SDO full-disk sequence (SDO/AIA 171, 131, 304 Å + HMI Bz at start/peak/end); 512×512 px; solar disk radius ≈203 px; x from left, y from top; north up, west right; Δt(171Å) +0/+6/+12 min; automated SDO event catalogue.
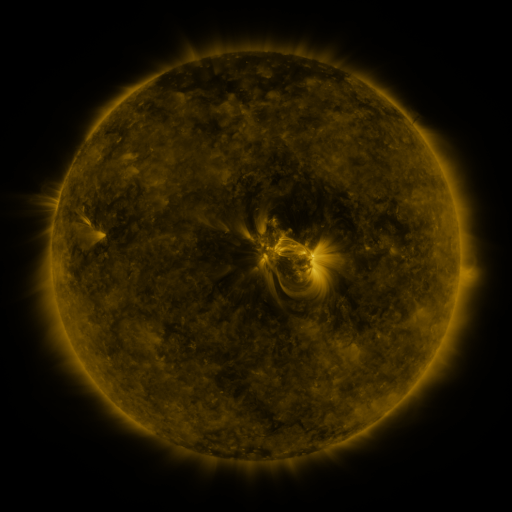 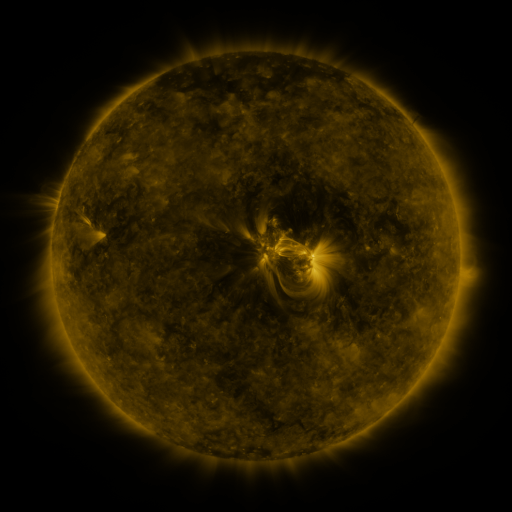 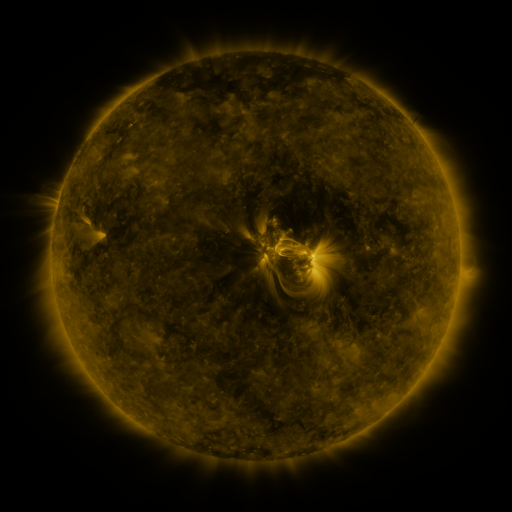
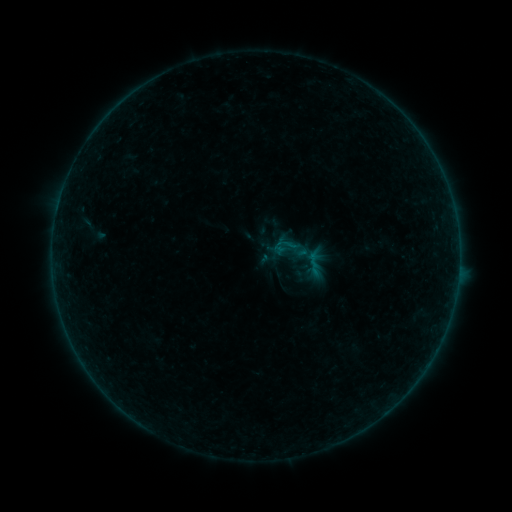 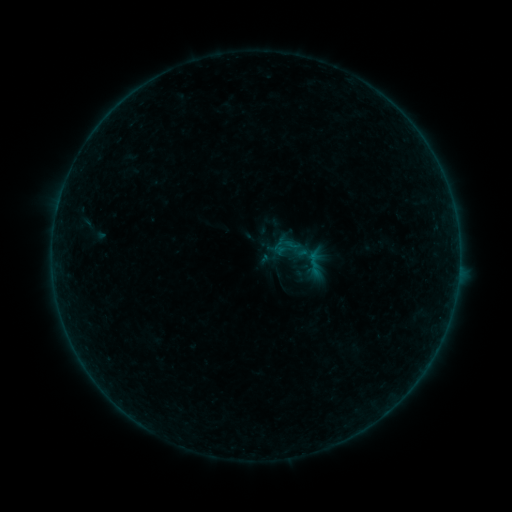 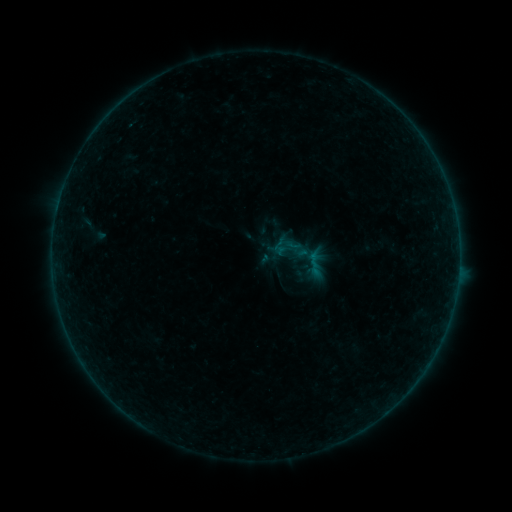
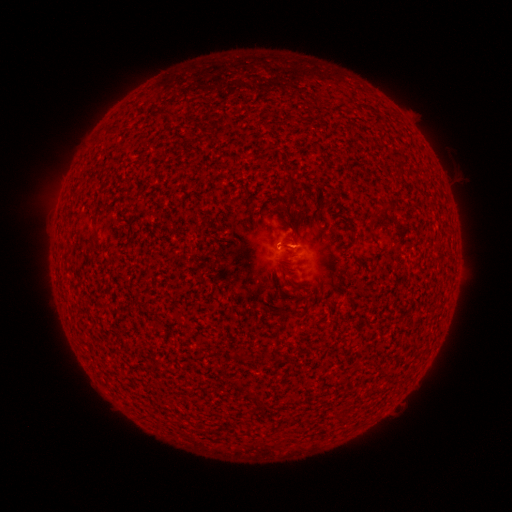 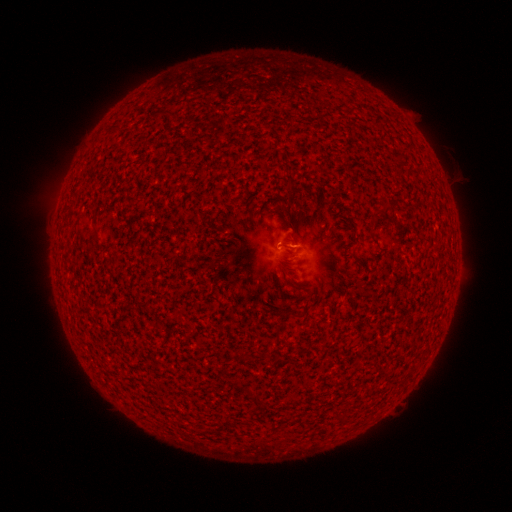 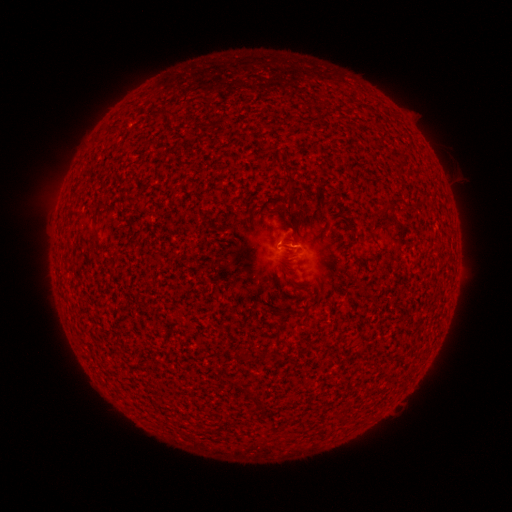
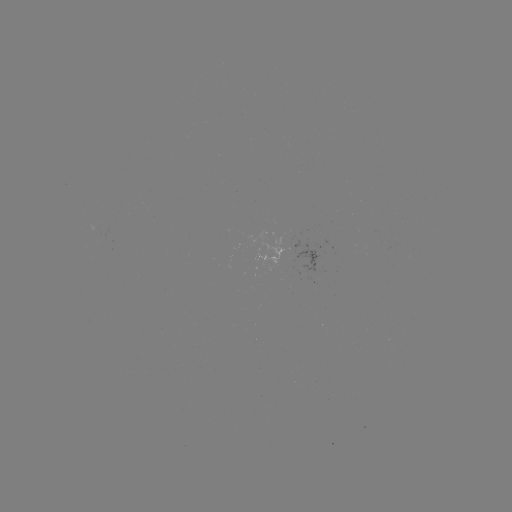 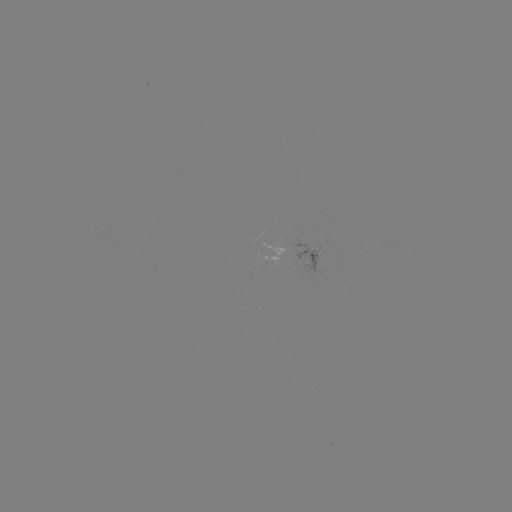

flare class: B1.3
